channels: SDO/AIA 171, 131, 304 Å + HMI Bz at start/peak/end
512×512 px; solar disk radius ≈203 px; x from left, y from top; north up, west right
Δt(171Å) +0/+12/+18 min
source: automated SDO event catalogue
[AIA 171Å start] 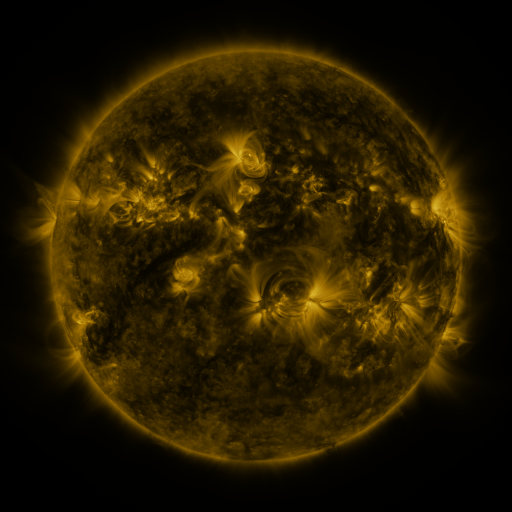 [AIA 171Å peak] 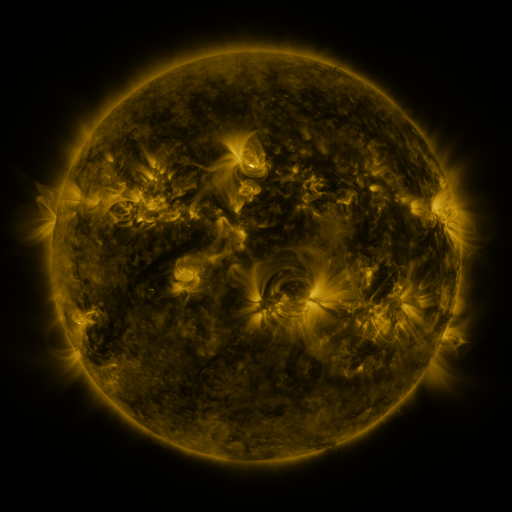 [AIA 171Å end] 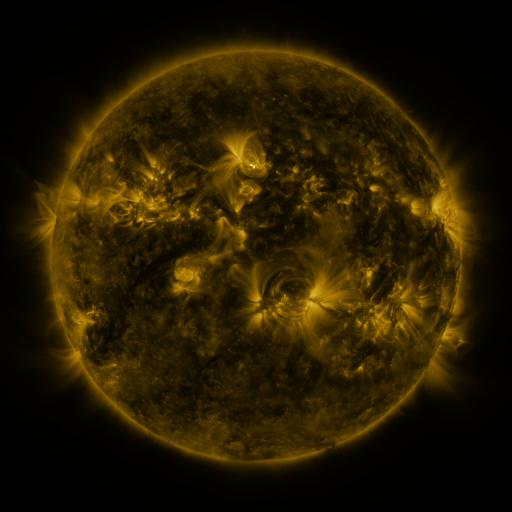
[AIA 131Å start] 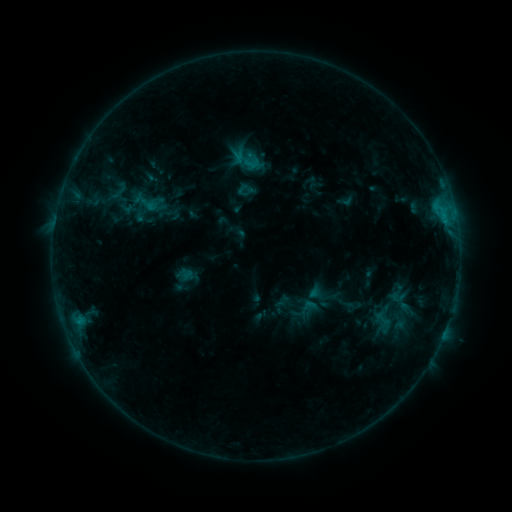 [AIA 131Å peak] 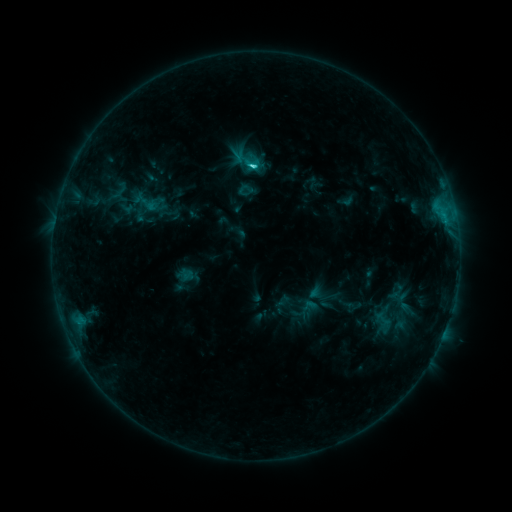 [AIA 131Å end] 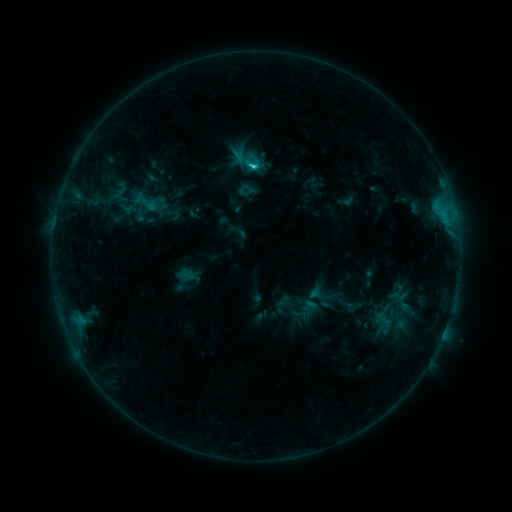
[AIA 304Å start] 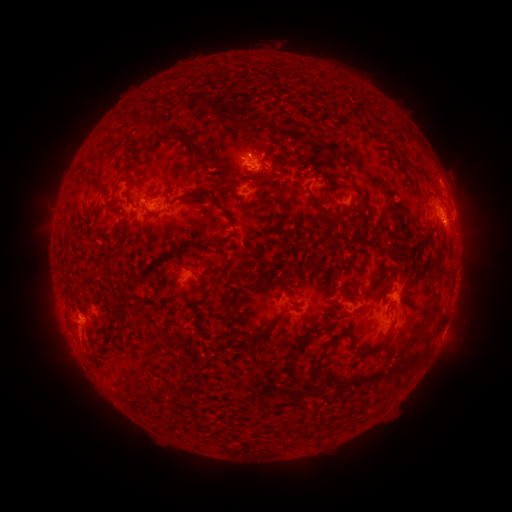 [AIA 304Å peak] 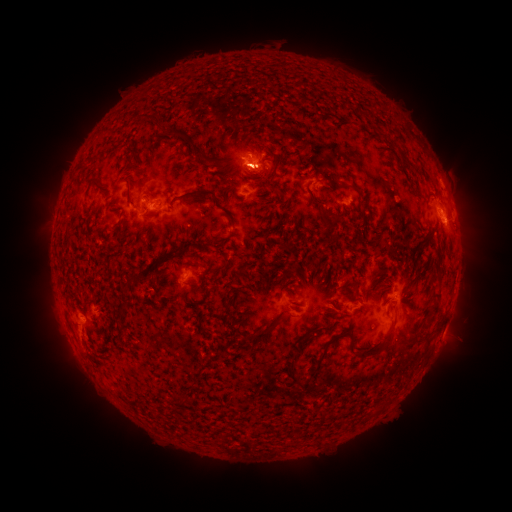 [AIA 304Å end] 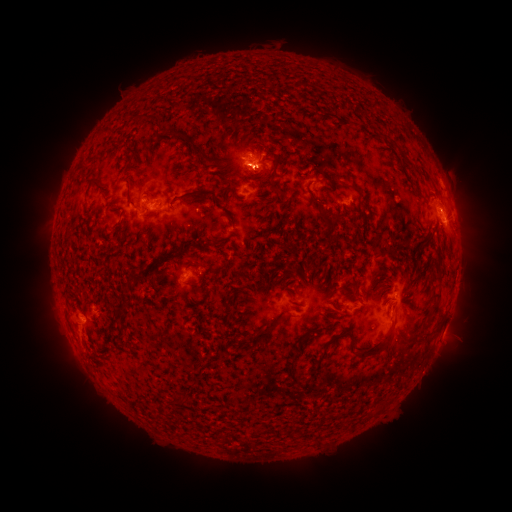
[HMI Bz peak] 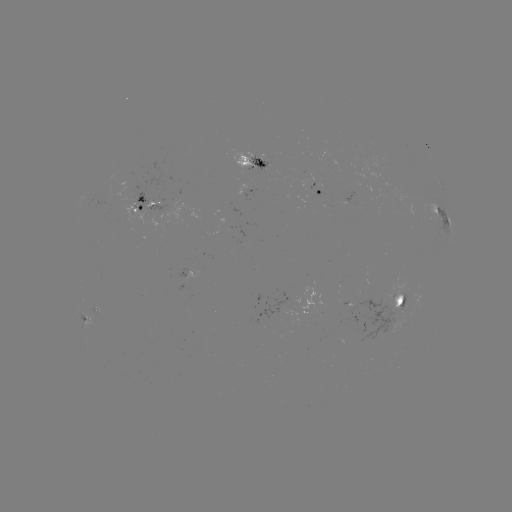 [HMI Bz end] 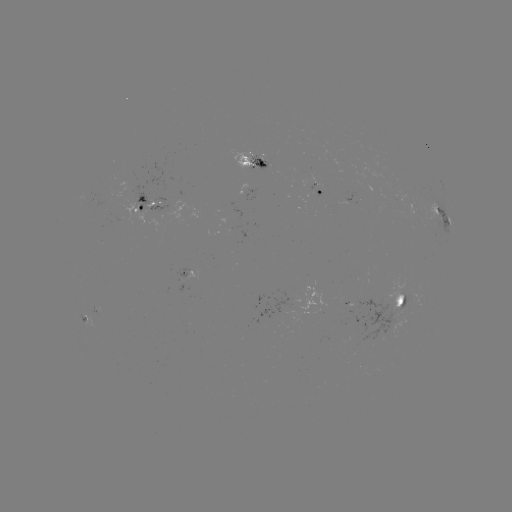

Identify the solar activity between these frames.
C1.6 flare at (256, 169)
